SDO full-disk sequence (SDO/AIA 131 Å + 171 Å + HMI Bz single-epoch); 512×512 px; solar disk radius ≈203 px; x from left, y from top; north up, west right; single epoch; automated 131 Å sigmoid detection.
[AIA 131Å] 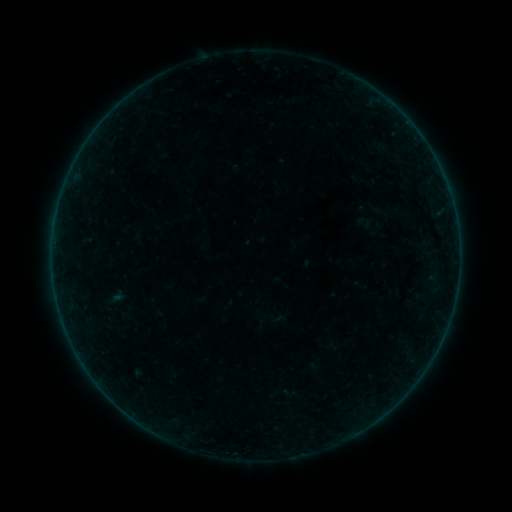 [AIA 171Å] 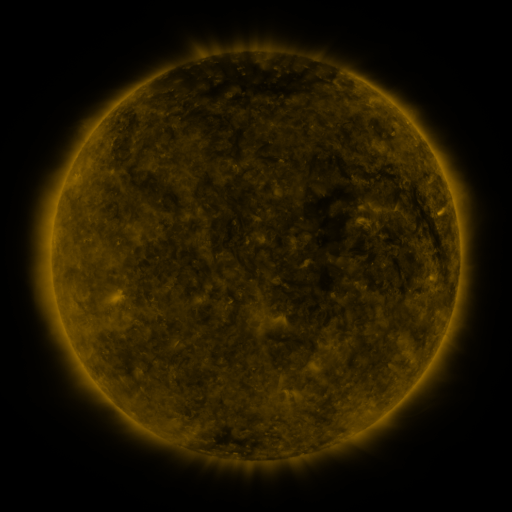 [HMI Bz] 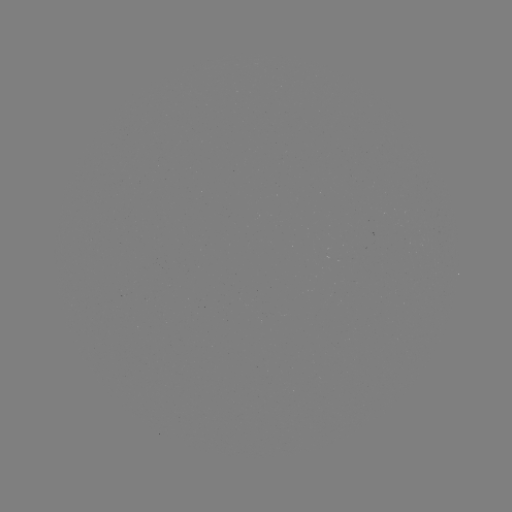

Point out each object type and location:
sigmoid: <bbox>367, 202, 395, 223</bbox>
